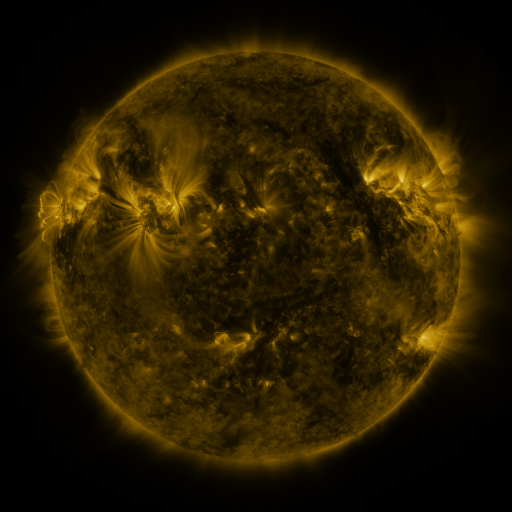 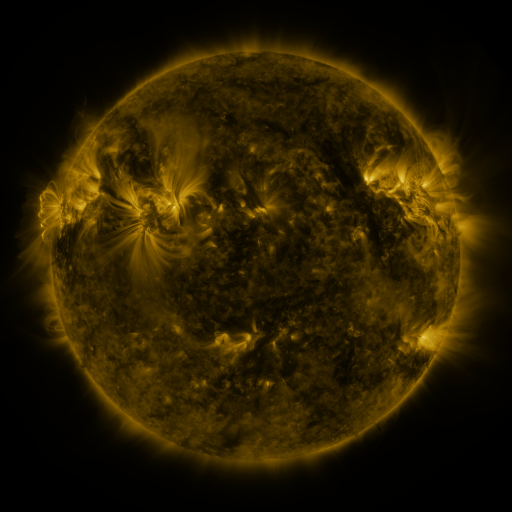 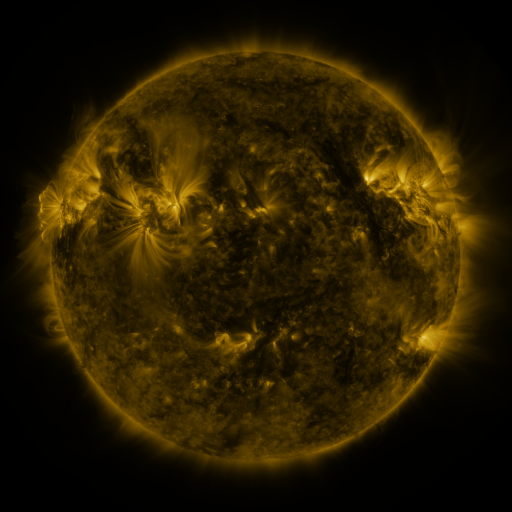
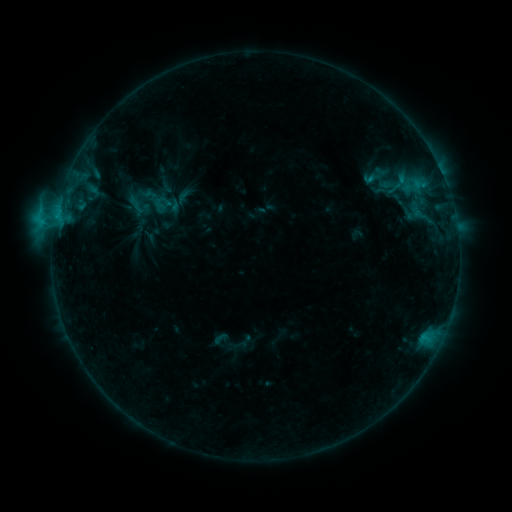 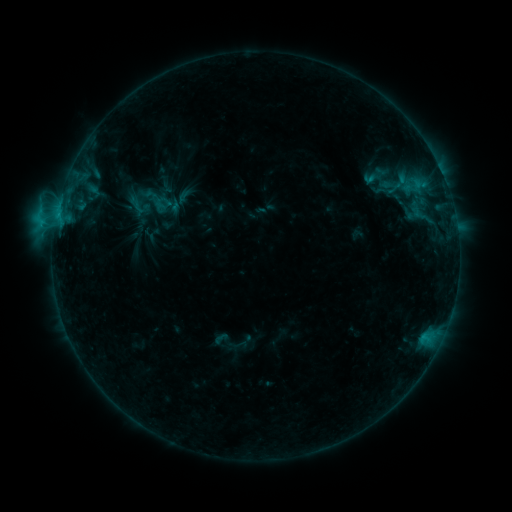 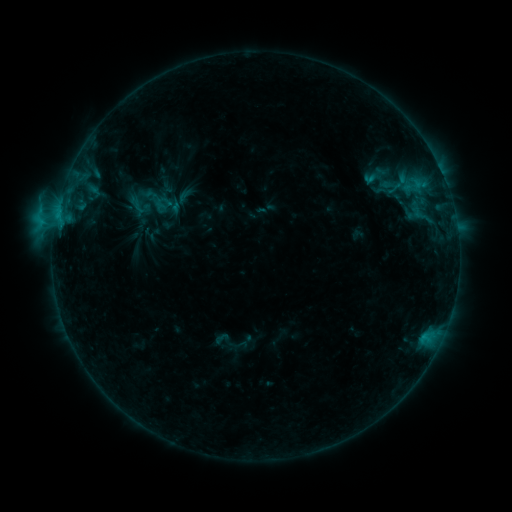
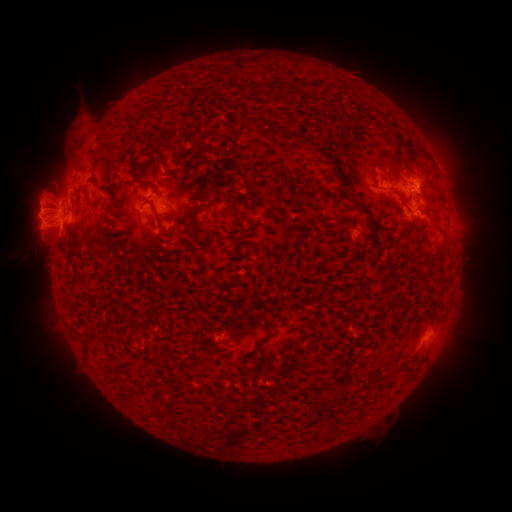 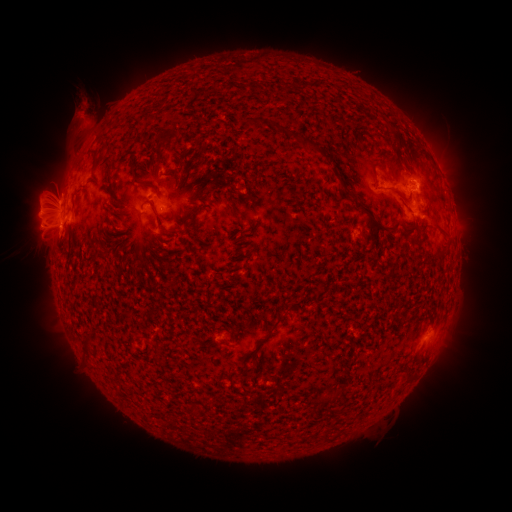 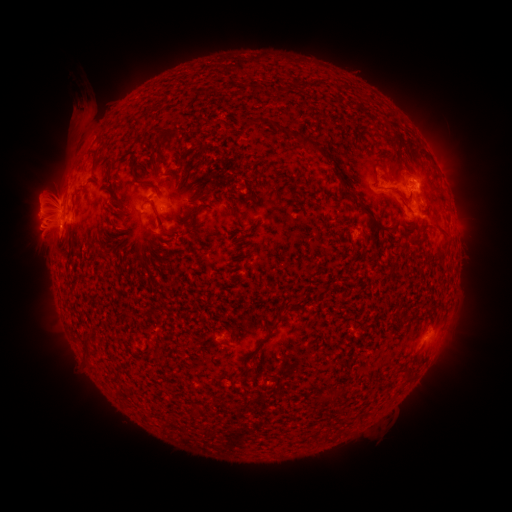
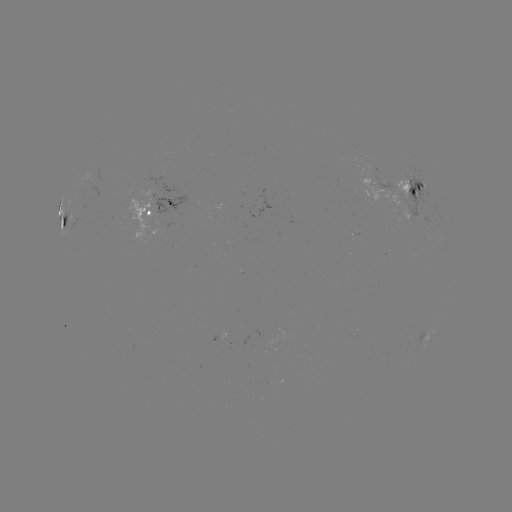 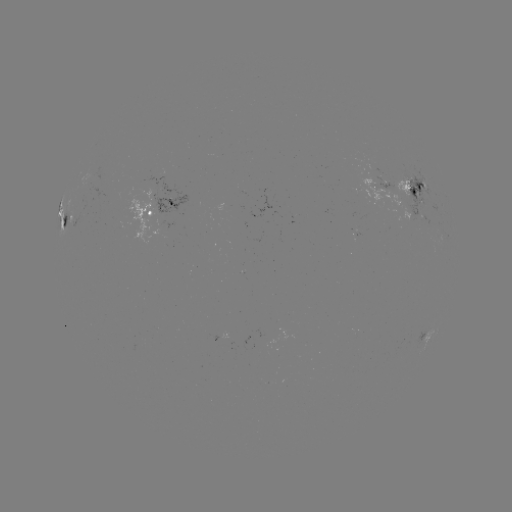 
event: eruption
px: (85, 109)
